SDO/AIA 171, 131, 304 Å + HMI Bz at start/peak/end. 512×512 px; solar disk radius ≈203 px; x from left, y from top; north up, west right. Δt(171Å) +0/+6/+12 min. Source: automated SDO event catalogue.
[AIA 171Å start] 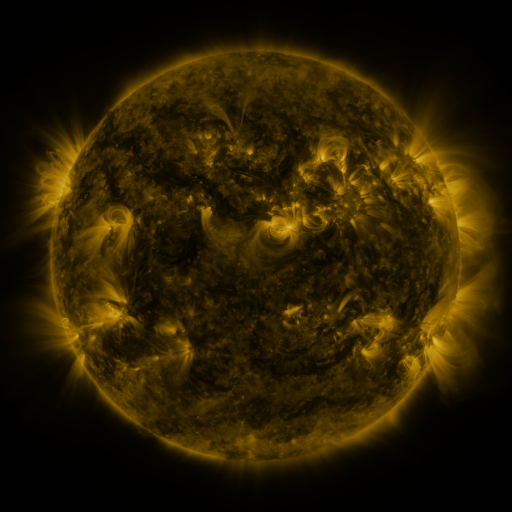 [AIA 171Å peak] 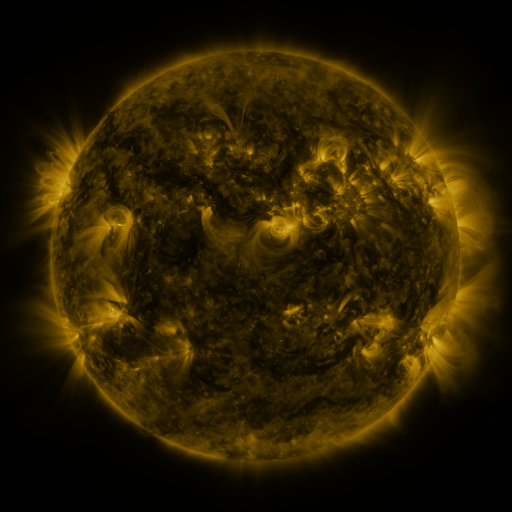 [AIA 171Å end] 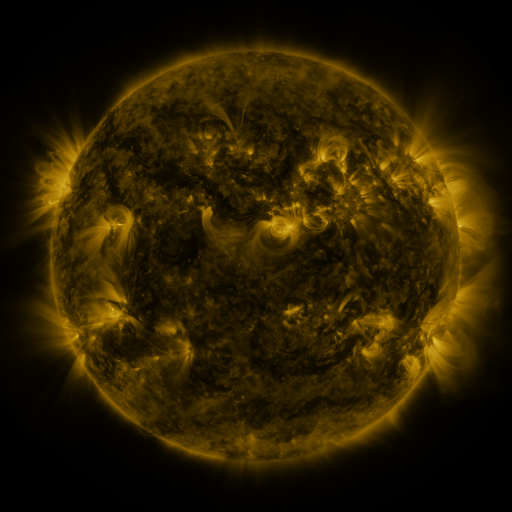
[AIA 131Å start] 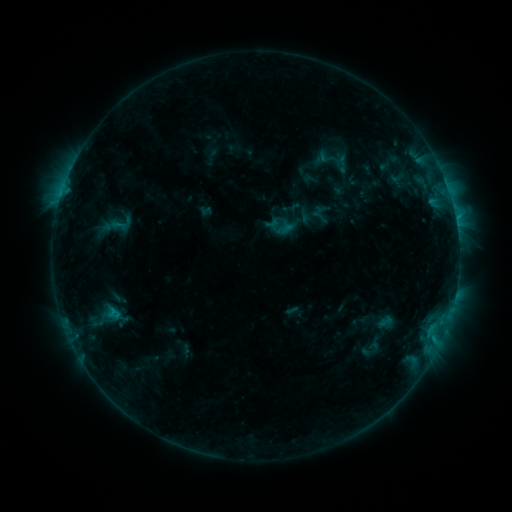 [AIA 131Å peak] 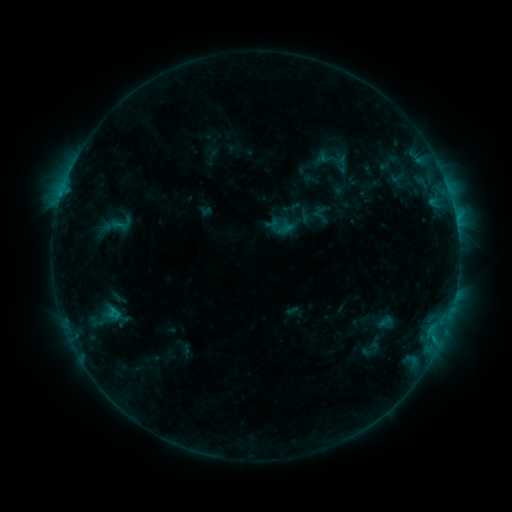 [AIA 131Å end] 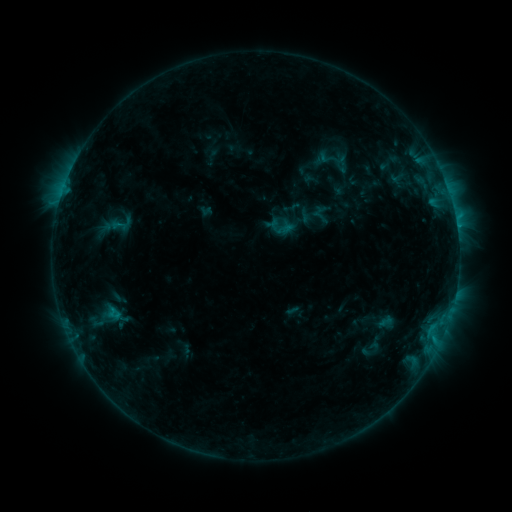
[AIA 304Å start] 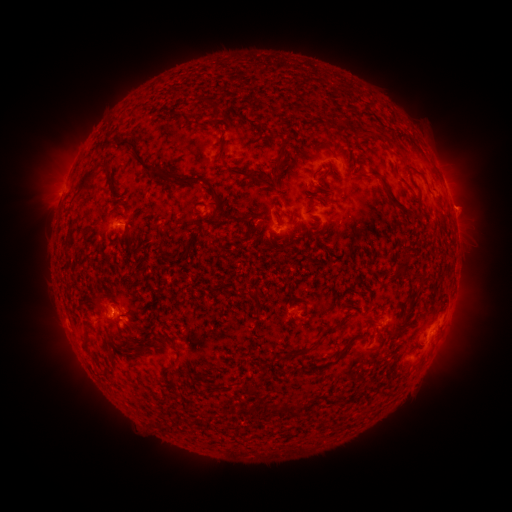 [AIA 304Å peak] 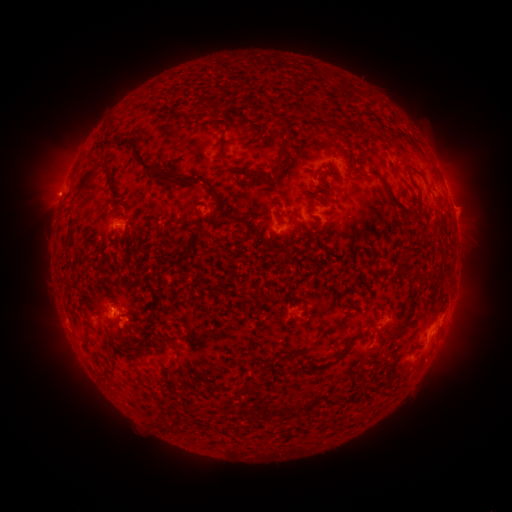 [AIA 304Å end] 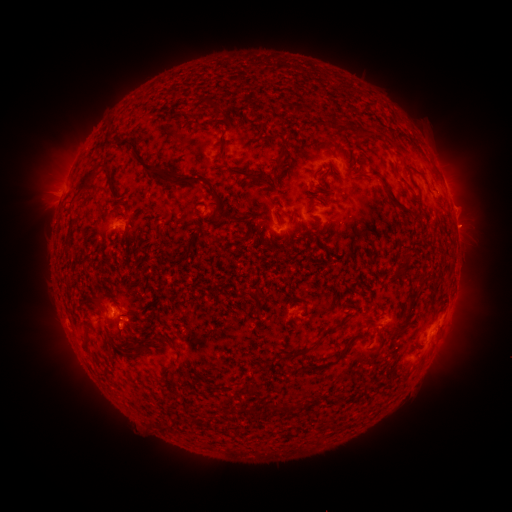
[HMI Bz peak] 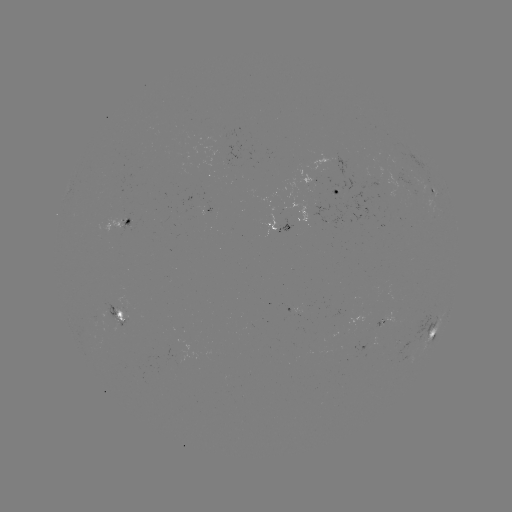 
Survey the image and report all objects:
eruption: (54, 193)
